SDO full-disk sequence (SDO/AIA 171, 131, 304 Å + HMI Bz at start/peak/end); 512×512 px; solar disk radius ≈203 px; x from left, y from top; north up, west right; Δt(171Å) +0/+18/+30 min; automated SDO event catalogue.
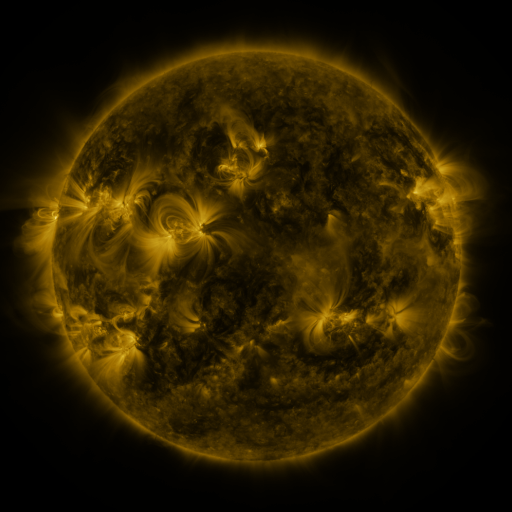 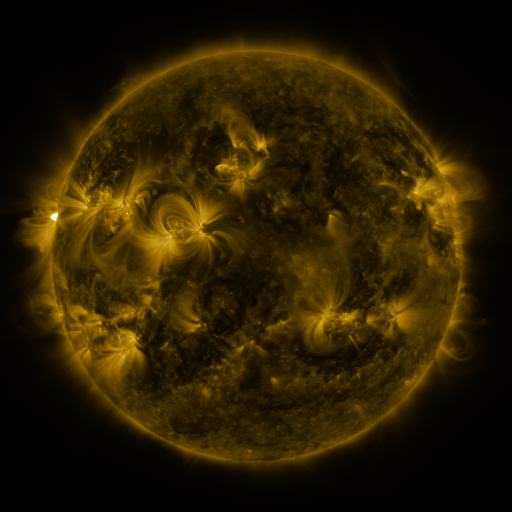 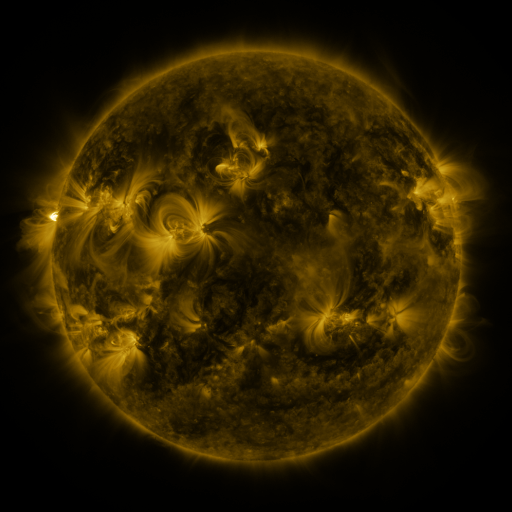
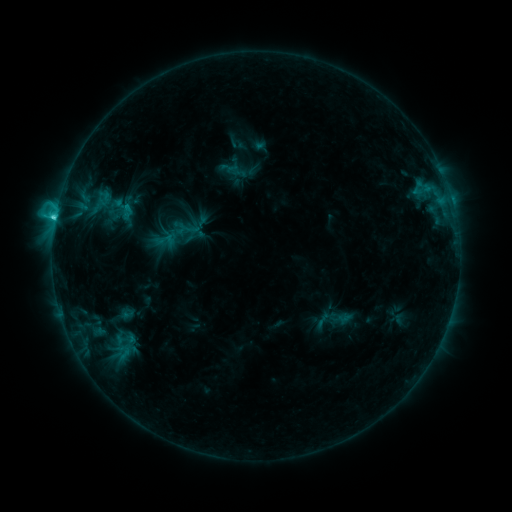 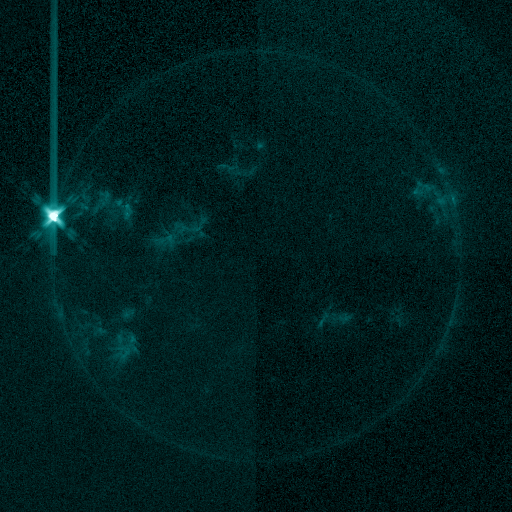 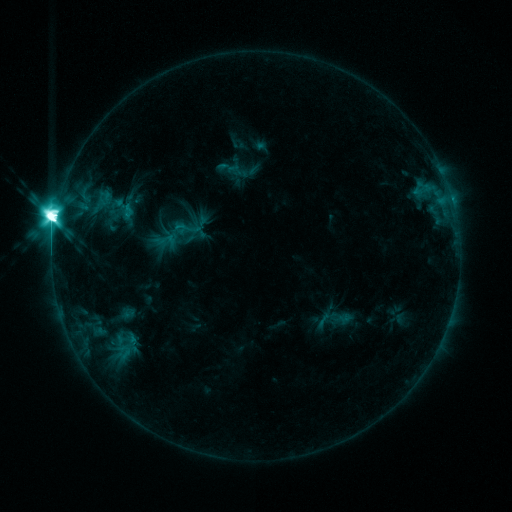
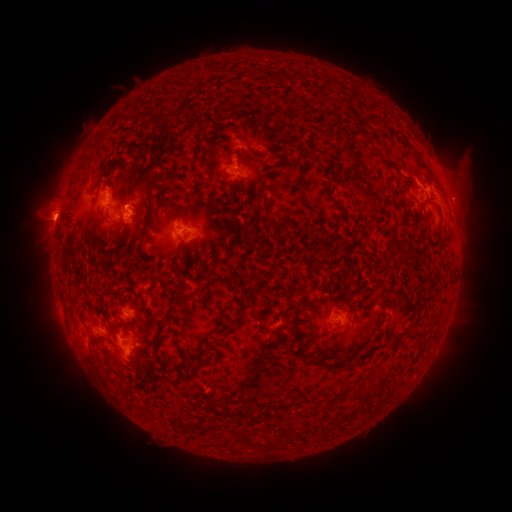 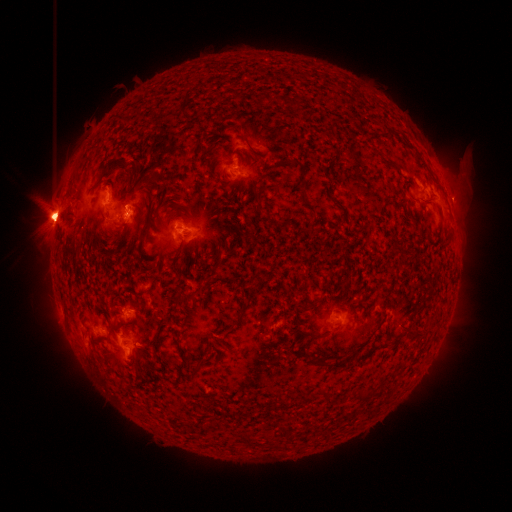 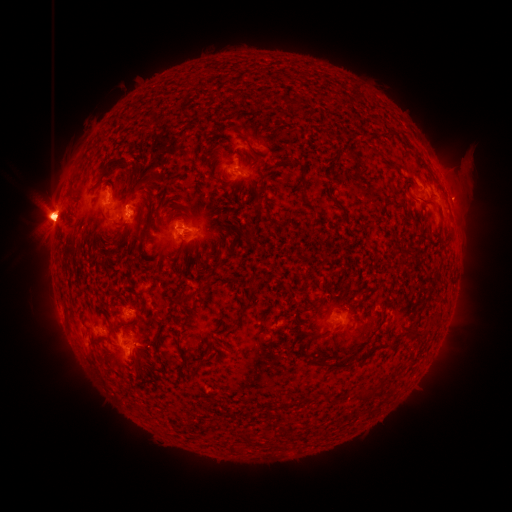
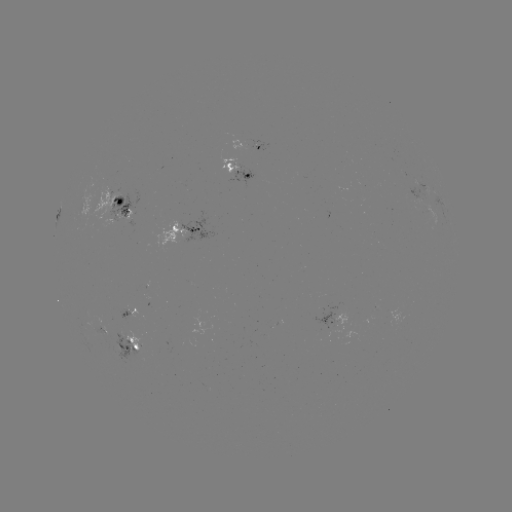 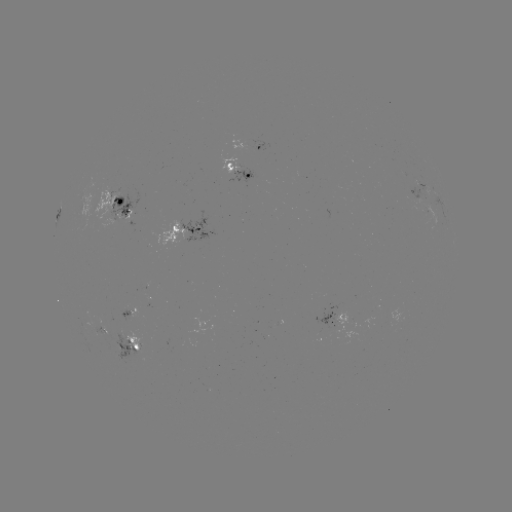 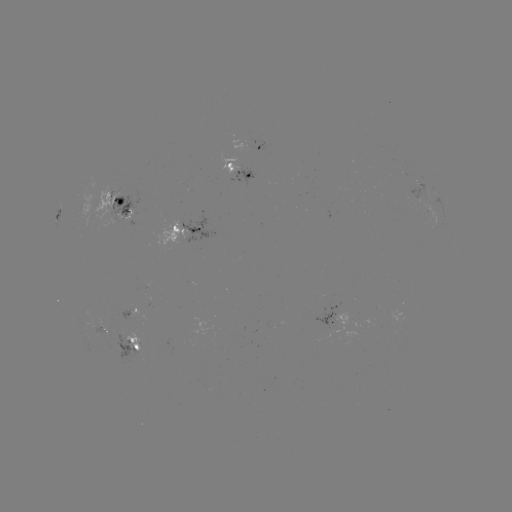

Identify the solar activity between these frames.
X2.8 flare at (54, 227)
